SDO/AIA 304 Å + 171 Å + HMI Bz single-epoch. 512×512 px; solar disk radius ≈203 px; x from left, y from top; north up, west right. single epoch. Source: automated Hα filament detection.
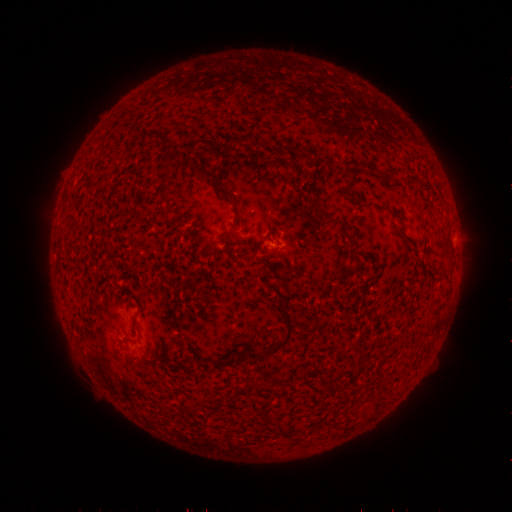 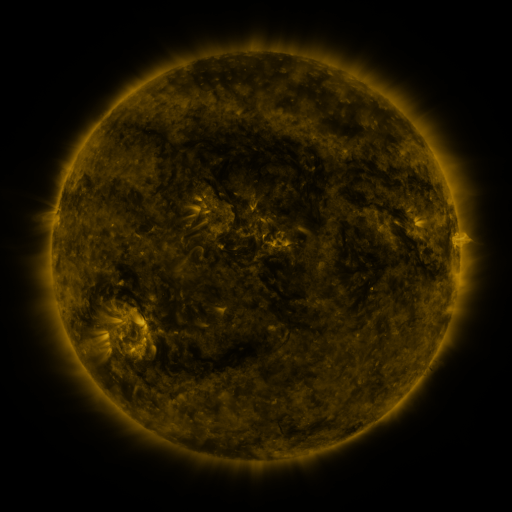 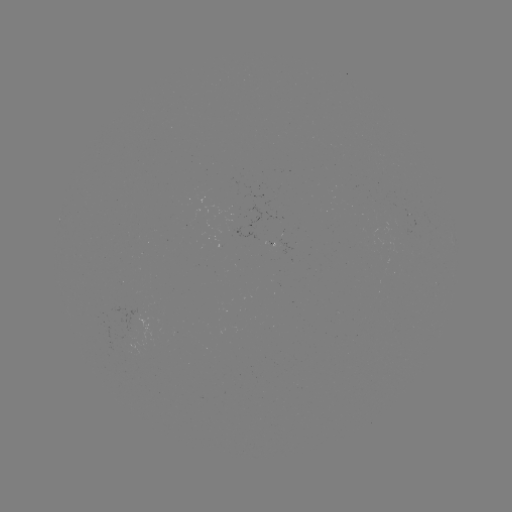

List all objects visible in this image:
filament: <bbox>112, 107, 127, 203</bbox>
filament: <bbox>162, 145, 172, 153</bbox>
filament: <bbox>297, 150, 309, 160</bbox>
filament: <bbox>191, 165, 231, 201</bbox>
filament: <bbox>312, 191, 341, 223</bbox>
filament: <bbox>134, 215, 145, 226</bbox>
filament: <bbox>343, 229, 355, 241</bbox>
filament: <bbox>248, 294, 294, 362</bbox>
filament: <bbox>111, 308, 127, 404</bbox>
filament: <bbox>278, 420, 289, 436</bbox>
